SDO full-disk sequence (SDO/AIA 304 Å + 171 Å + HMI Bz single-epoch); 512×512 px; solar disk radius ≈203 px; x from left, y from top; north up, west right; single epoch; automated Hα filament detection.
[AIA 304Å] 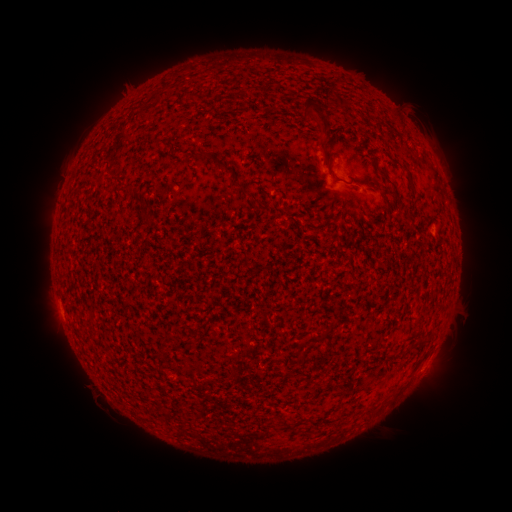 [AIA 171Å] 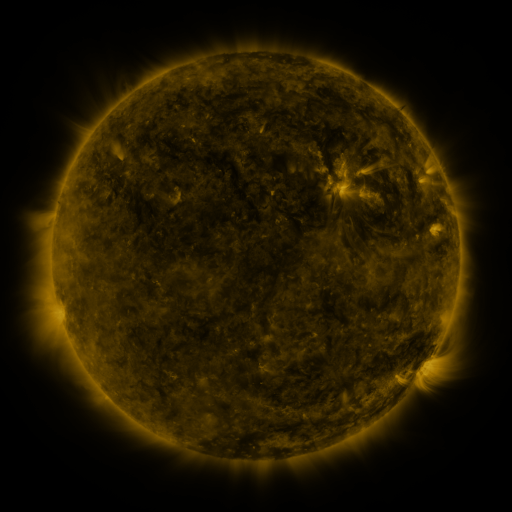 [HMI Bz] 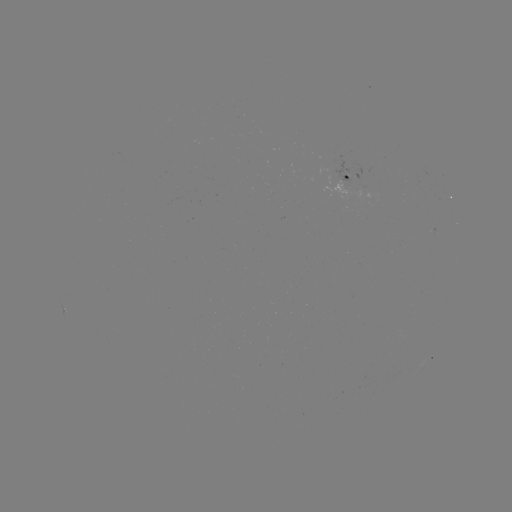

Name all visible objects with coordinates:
filament: <bbox>303, 97, 315, 114</bbox>
filament: <bbox>339, 100, 350, 110</bbox>
filament: <bbox>395, 118, 404, 128</bbox>
filament: <bbox>196, 152, 209, 161</bbox>
filament: <bbox>397, 164, 410, 175</bbox>
filament: <bbox>222, 166, 233, 175</bbox>
filament: <bbox>377, 168, 394, 187</bbox>
filament: <bbox>117, 185, 127, 193</bbox>
filament: <bbox>389, 188, 399, 198</bbox>
filament: <bbox>255, 201, 270, 212</bbox>
filament: <bbox>313, 335, 325, 342</bbox>
filament: <bbox>408, 338, 425, 349</bbox>
filament: <bbox>295, 350, 307, 364</bbox>
